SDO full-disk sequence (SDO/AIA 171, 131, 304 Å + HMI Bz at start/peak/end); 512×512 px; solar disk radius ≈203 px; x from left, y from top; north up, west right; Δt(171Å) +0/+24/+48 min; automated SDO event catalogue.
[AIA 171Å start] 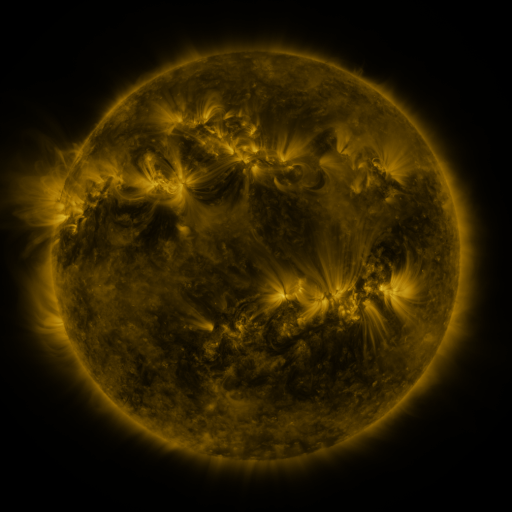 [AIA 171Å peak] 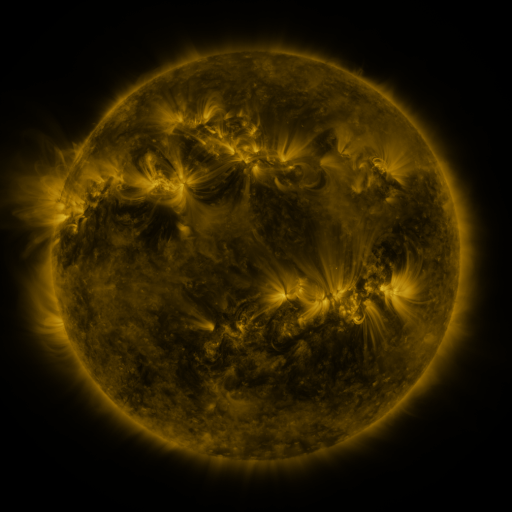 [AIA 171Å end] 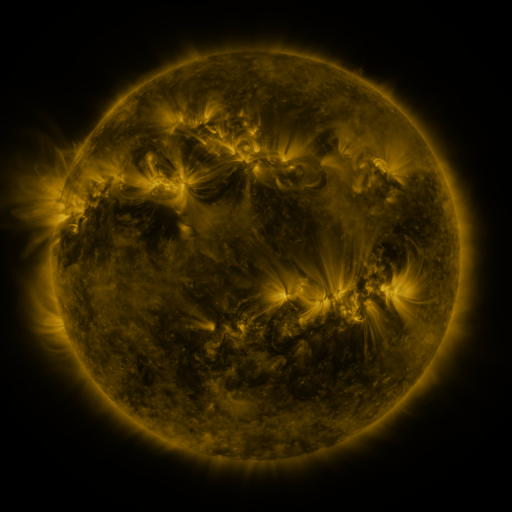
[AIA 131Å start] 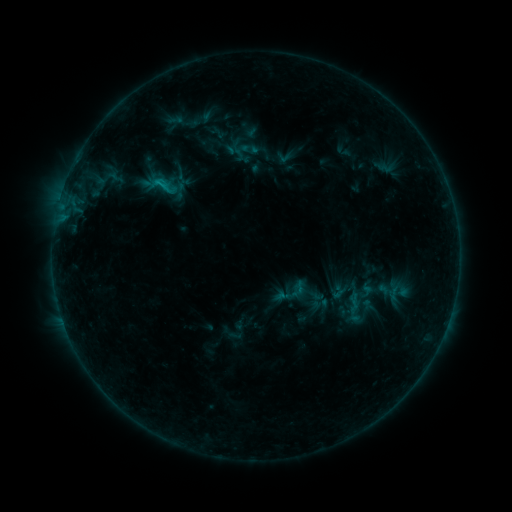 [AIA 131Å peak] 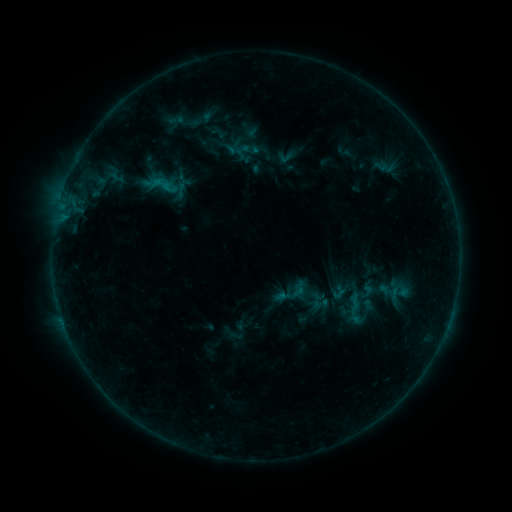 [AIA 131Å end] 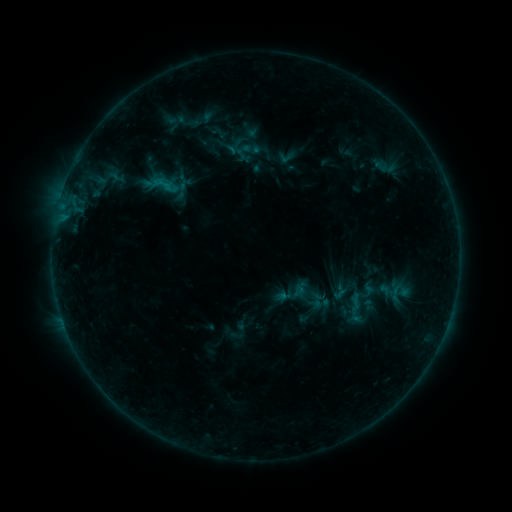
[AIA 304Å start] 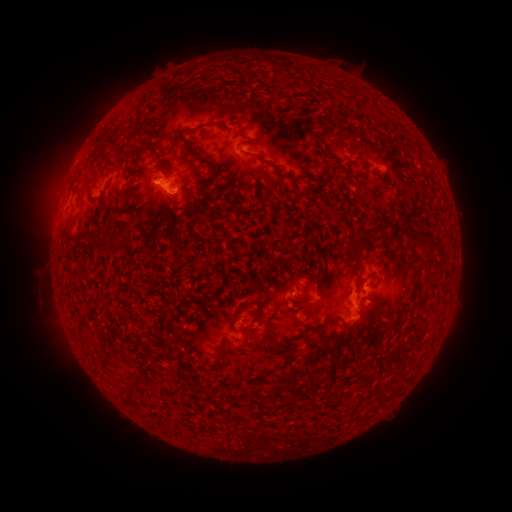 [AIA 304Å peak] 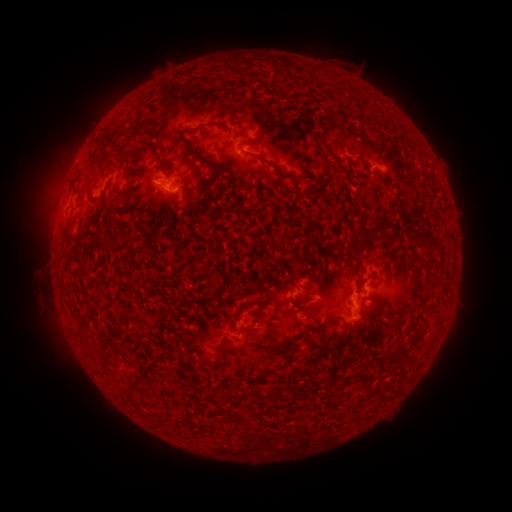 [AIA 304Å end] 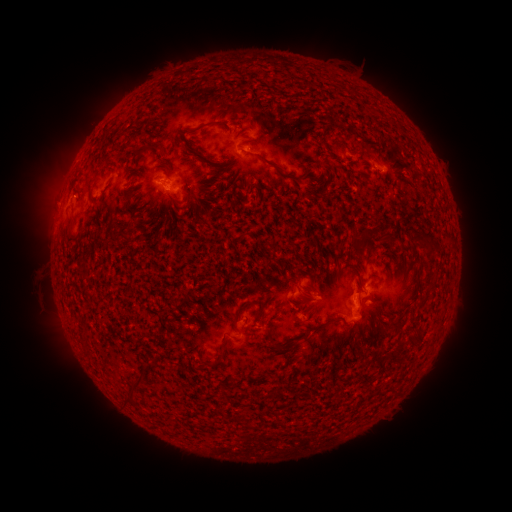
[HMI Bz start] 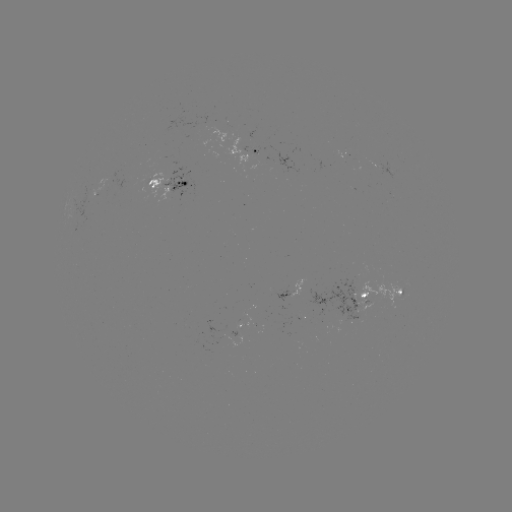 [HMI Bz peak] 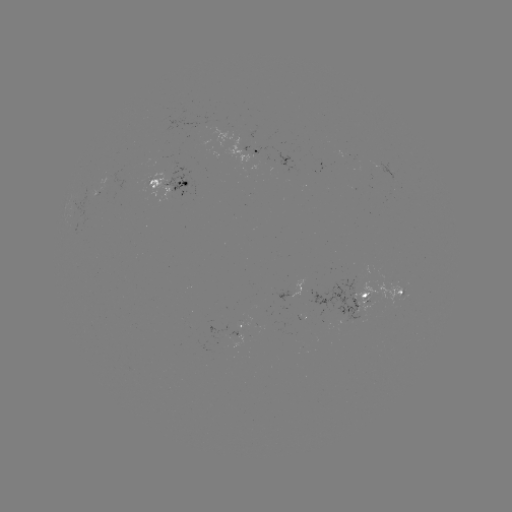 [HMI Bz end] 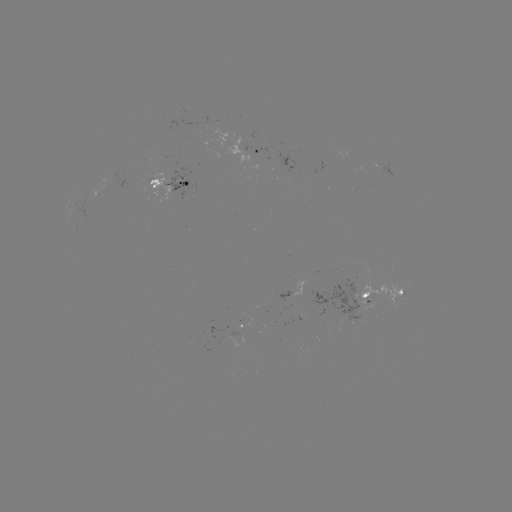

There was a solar emerging-flux region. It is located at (173, 181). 